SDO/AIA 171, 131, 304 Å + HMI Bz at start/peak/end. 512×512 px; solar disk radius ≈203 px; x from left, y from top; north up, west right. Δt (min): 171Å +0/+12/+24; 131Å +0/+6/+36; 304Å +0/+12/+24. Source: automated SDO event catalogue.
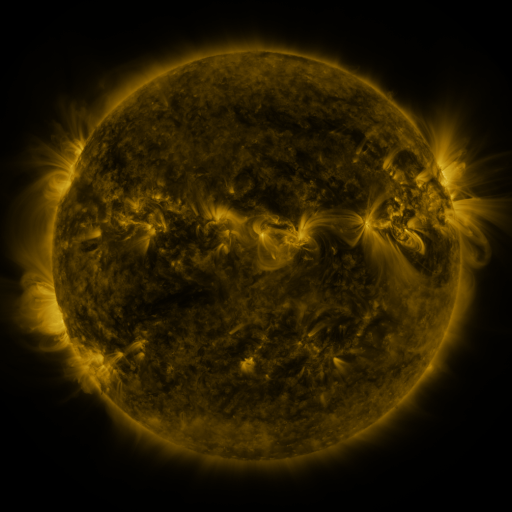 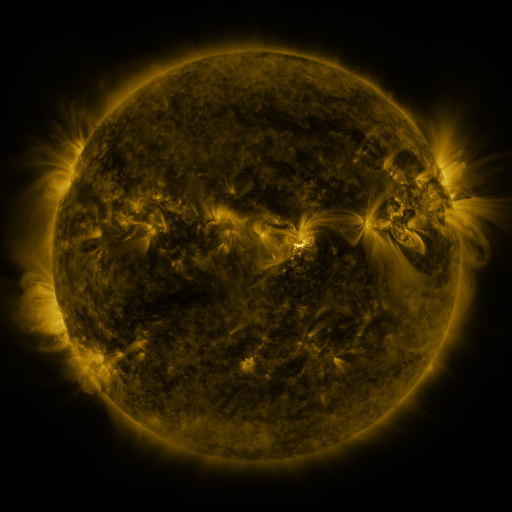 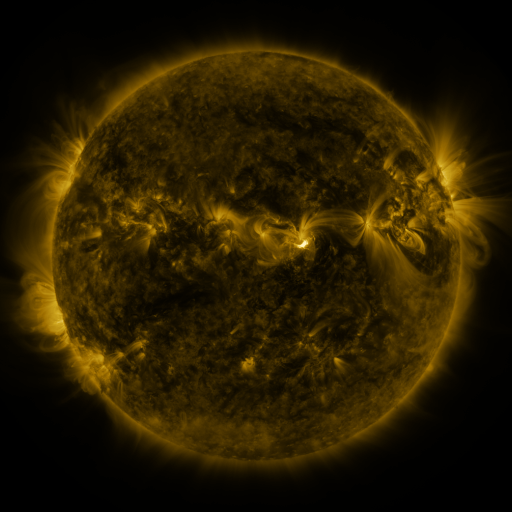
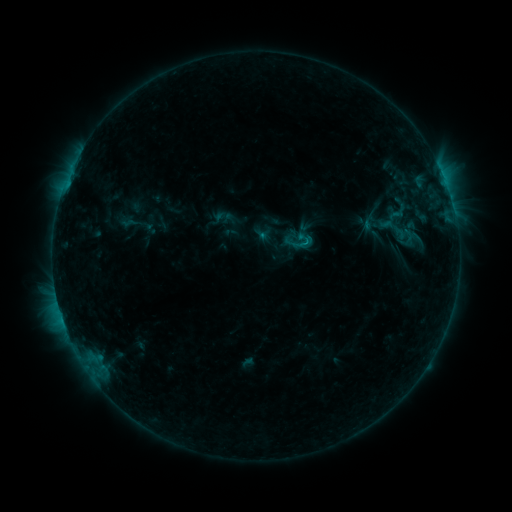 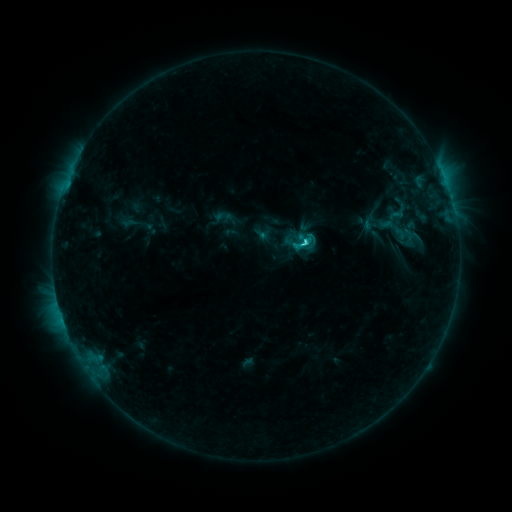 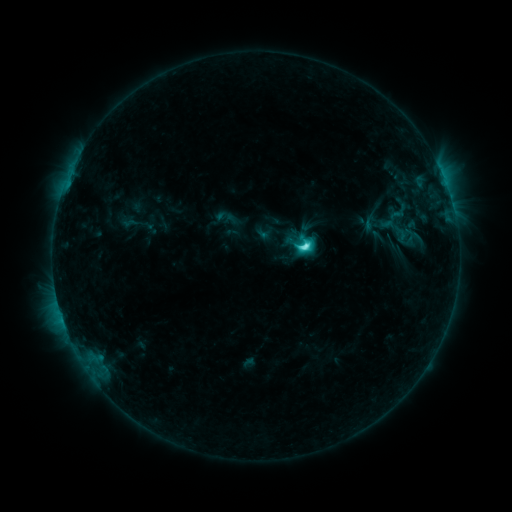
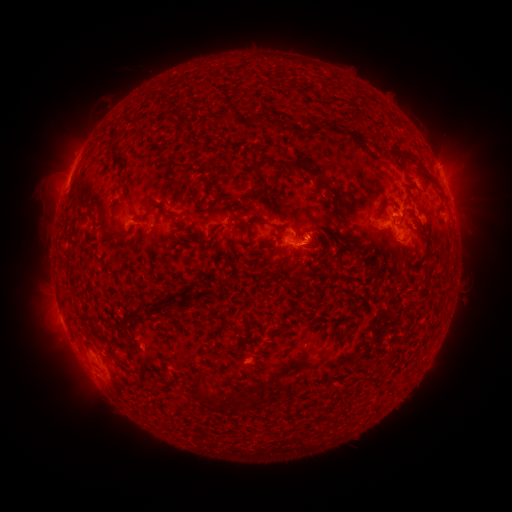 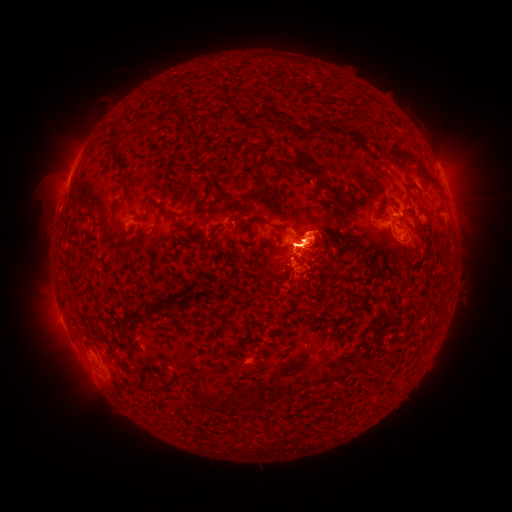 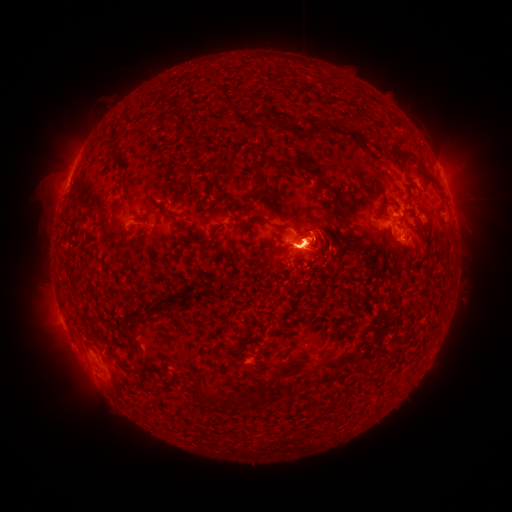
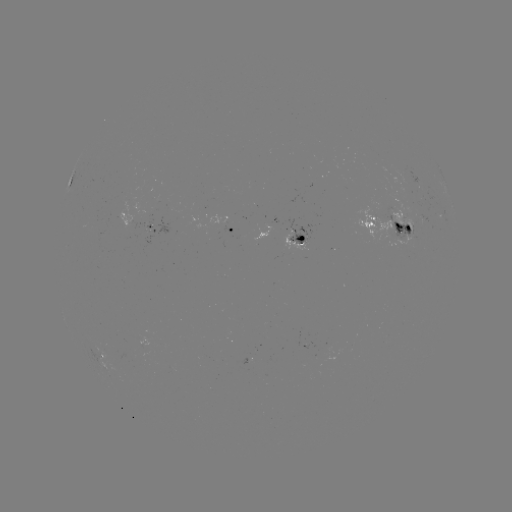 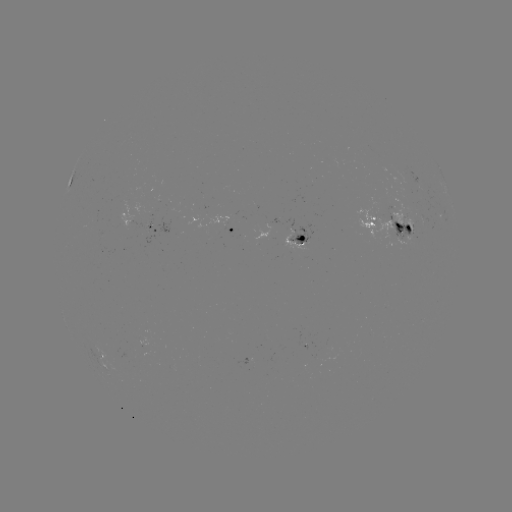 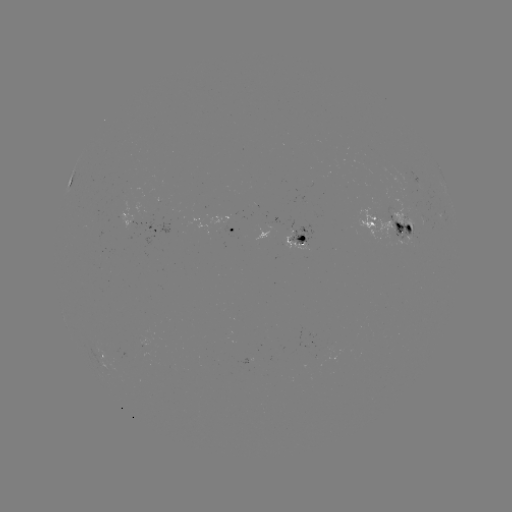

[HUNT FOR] M3.9 flare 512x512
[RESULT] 301,243